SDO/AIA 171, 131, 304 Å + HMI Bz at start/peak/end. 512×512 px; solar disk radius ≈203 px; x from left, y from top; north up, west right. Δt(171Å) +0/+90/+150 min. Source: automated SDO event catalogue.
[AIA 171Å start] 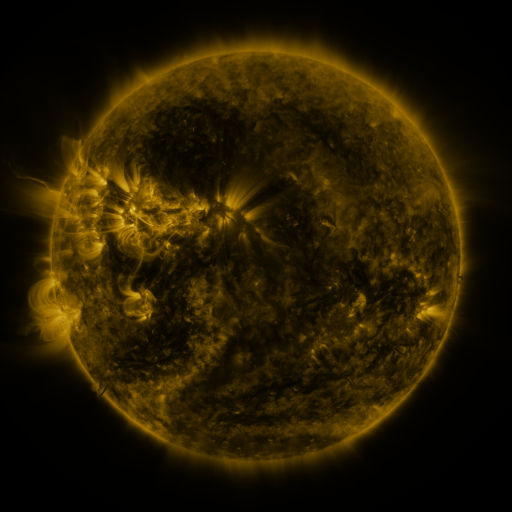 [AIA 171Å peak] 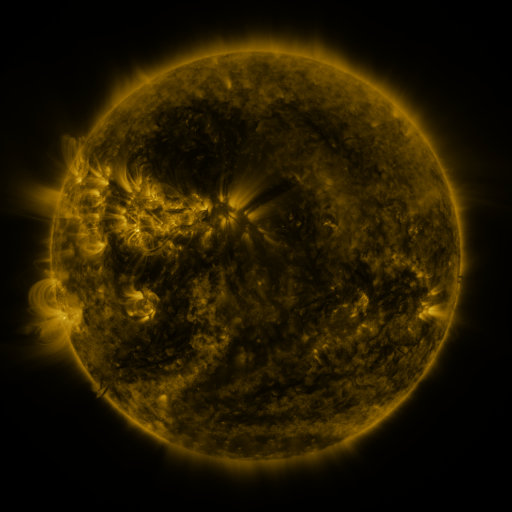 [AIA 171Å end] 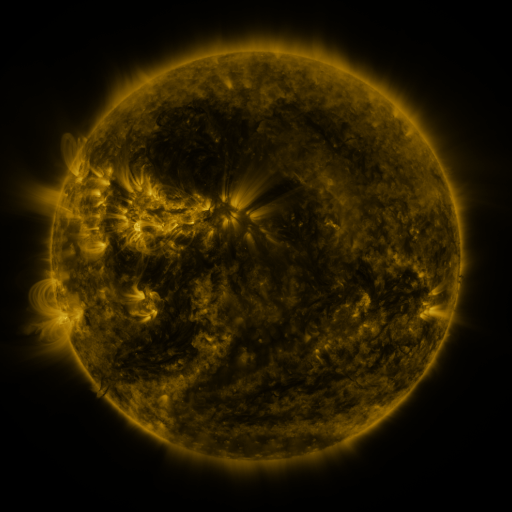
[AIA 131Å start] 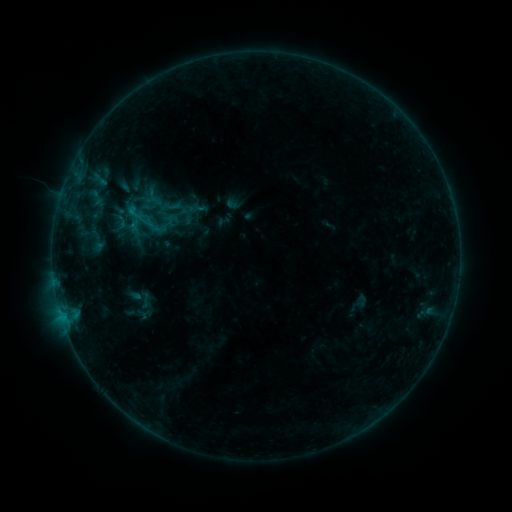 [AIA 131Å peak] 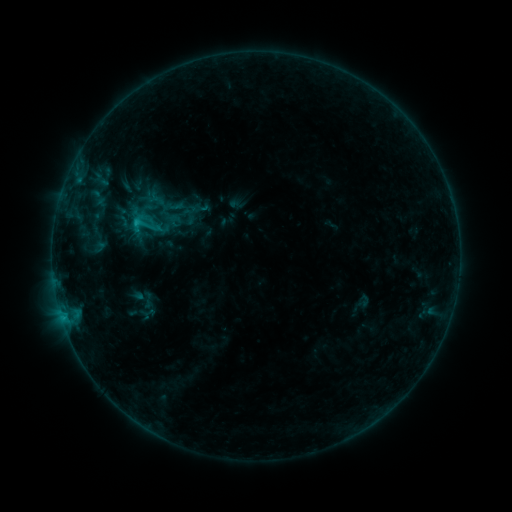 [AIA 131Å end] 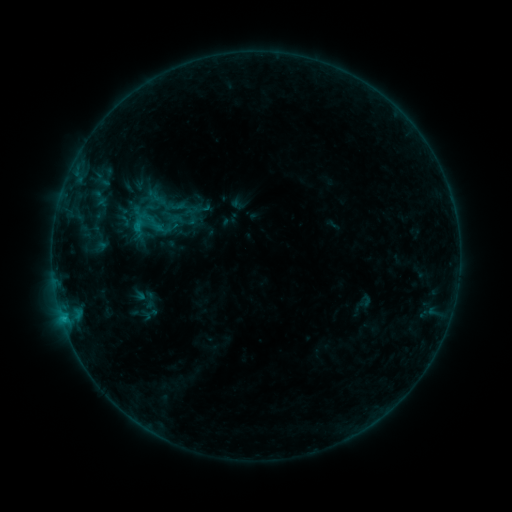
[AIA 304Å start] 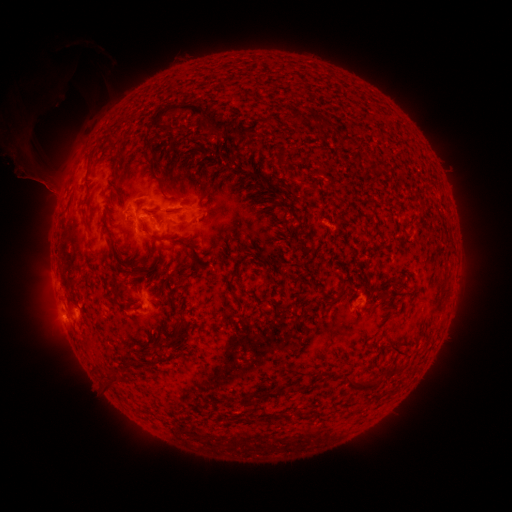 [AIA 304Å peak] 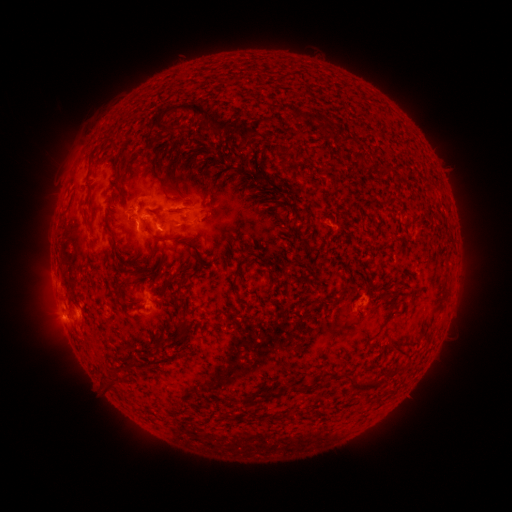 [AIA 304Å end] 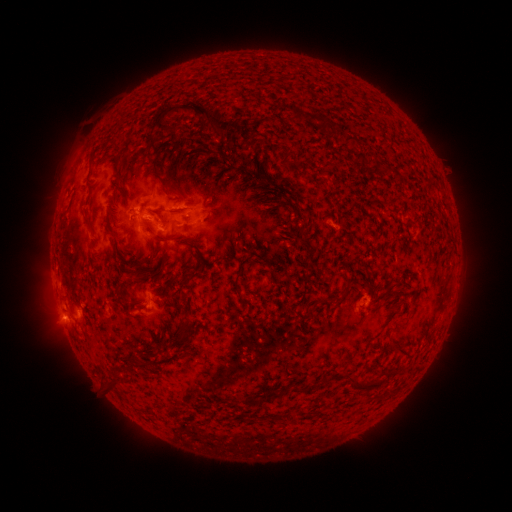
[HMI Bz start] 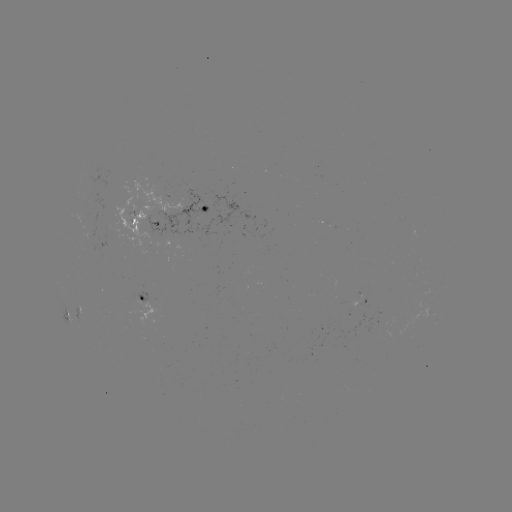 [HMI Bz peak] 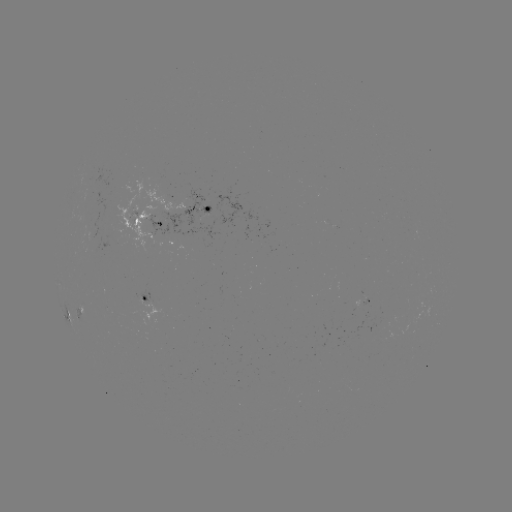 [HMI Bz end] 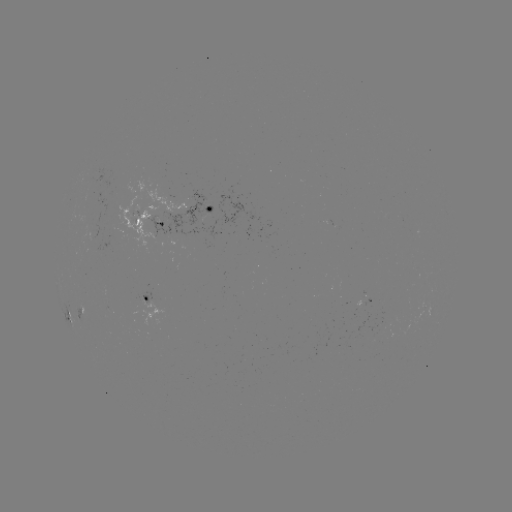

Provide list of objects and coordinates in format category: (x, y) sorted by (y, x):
C1.2 flare: (138, 225)
